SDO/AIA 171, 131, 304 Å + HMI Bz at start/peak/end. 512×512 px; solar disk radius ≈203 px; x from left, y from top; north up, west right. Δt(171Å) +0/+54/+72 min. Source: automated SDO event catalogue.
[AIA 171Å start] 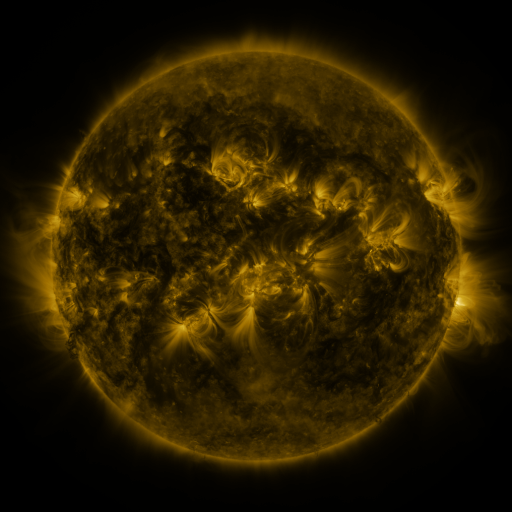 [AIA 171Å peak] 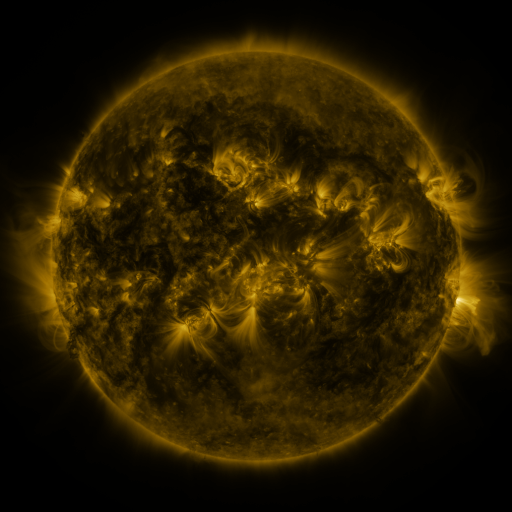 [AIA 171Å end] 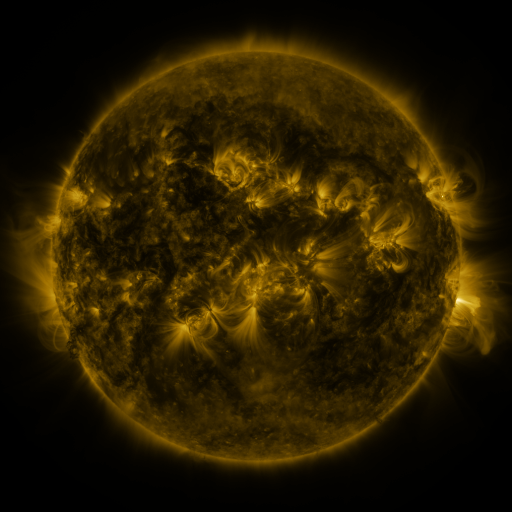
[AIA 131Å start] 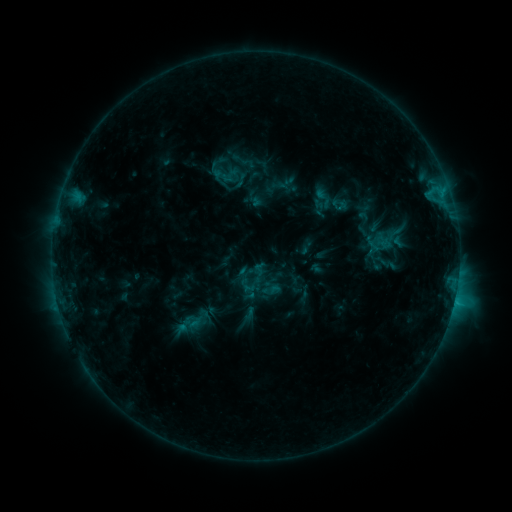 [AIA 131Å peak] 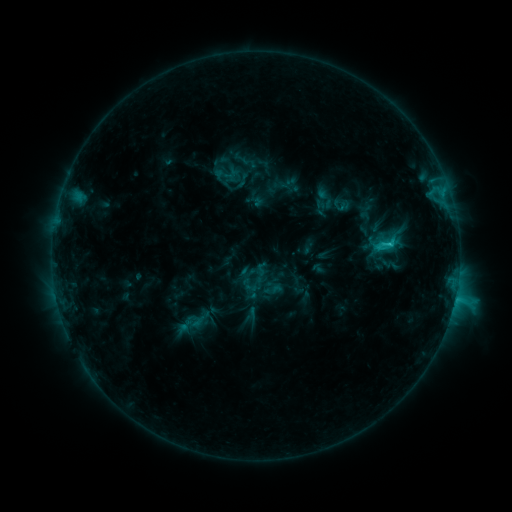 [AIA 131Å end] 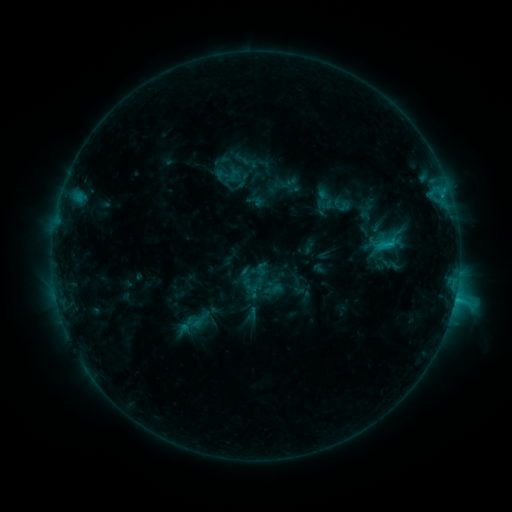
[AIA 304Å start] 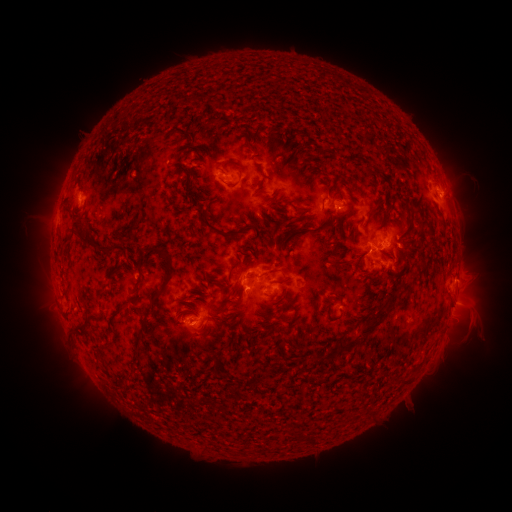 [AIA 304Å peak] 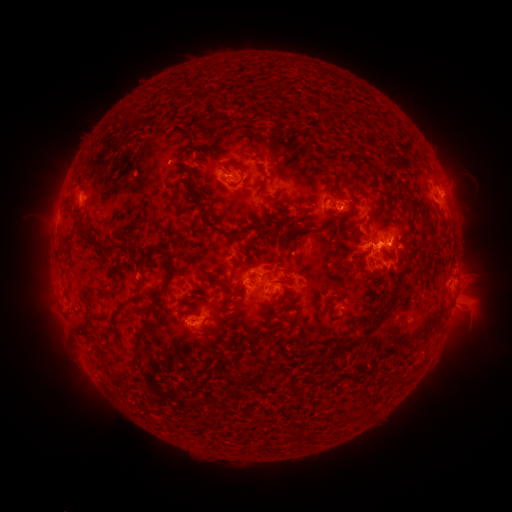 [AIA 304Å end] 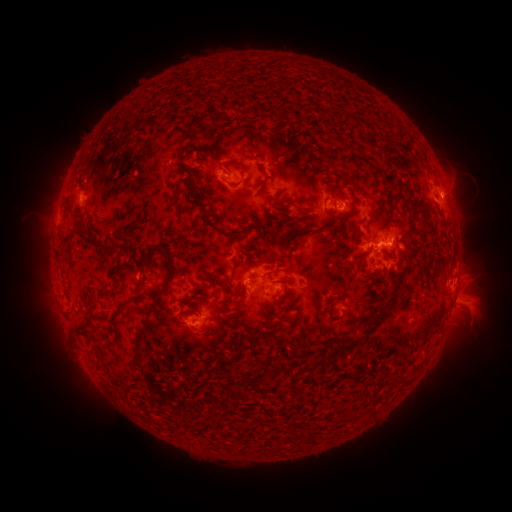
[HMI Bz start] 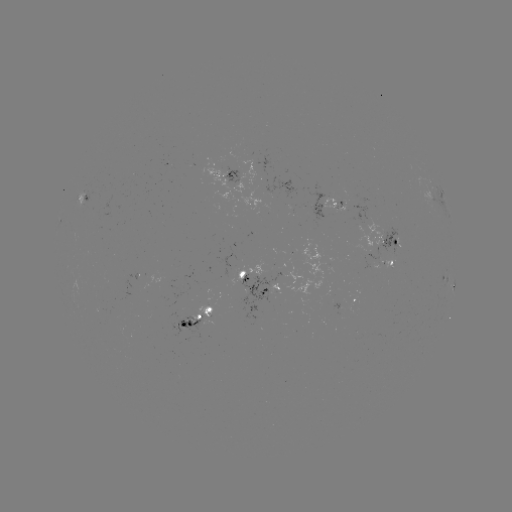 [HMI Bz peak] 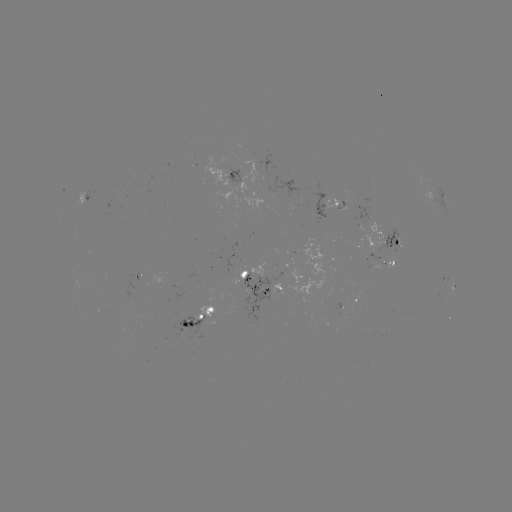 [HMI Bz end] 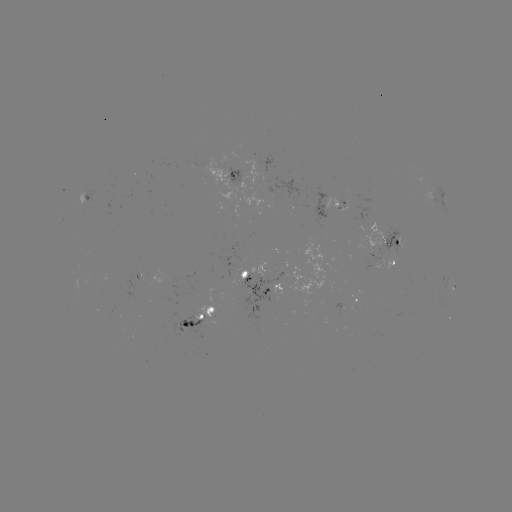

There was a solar flare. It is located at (386, 243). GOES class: C2.5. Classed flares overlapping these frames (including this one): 1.